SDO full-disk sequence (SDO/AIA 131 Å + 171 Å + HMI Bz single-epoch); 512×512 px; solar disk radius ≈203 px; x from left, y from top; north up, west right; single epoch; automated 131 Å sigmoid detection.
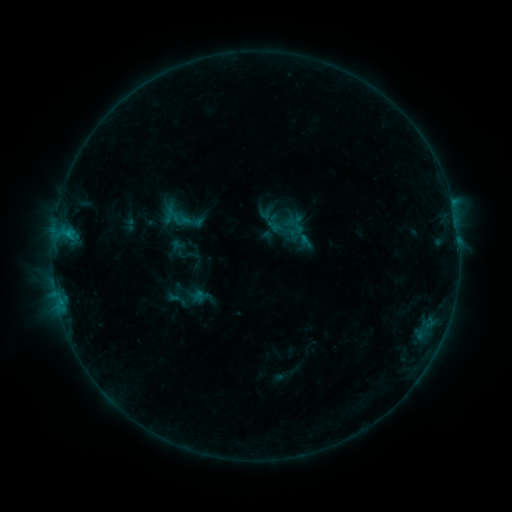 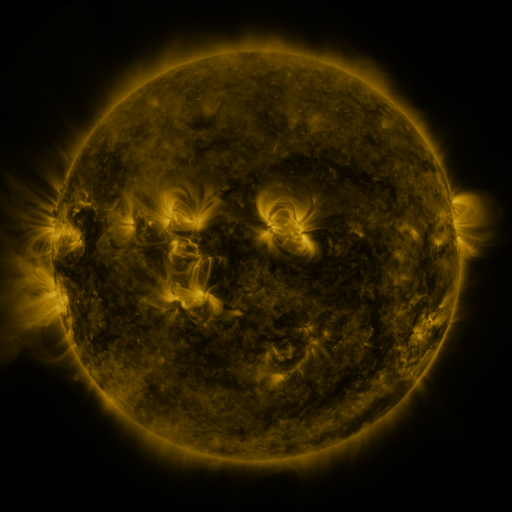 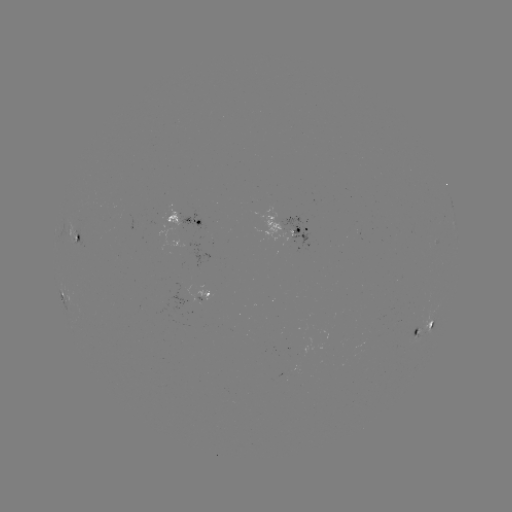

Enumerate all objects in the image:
sigmoid: (192, 221)
sigmoid: (296, 230)
